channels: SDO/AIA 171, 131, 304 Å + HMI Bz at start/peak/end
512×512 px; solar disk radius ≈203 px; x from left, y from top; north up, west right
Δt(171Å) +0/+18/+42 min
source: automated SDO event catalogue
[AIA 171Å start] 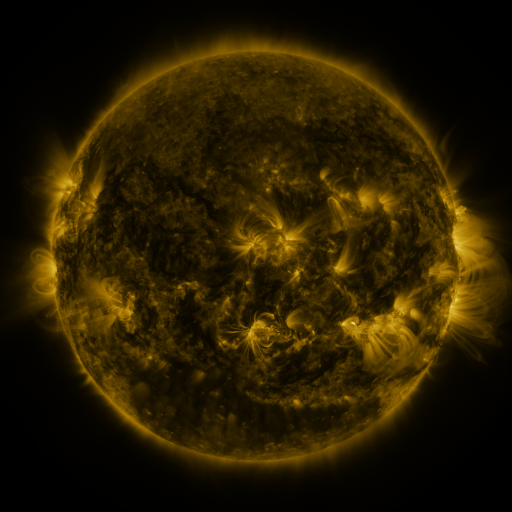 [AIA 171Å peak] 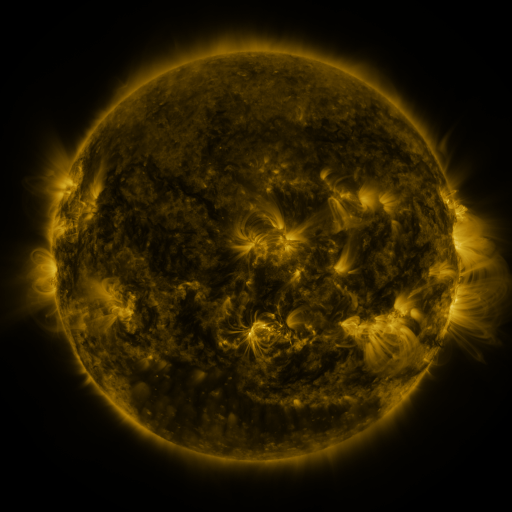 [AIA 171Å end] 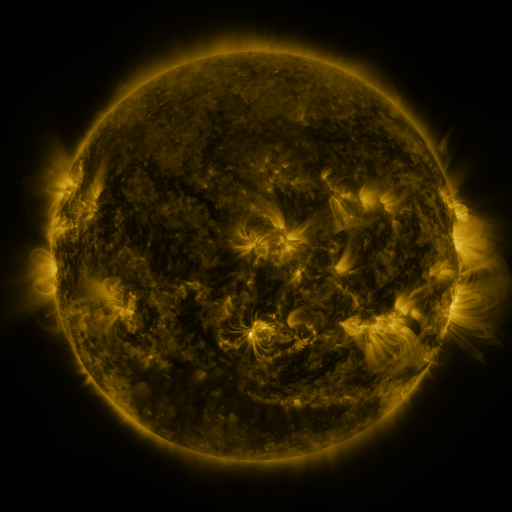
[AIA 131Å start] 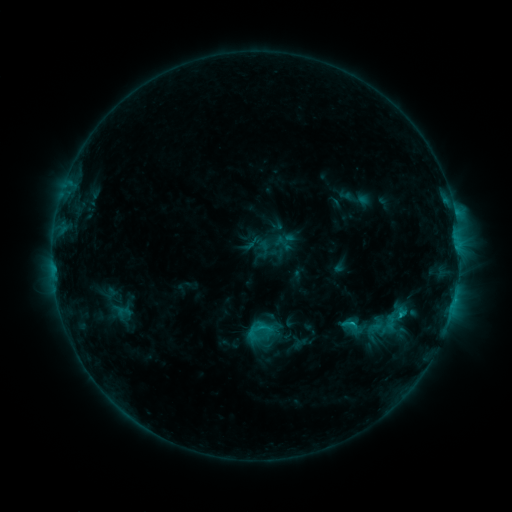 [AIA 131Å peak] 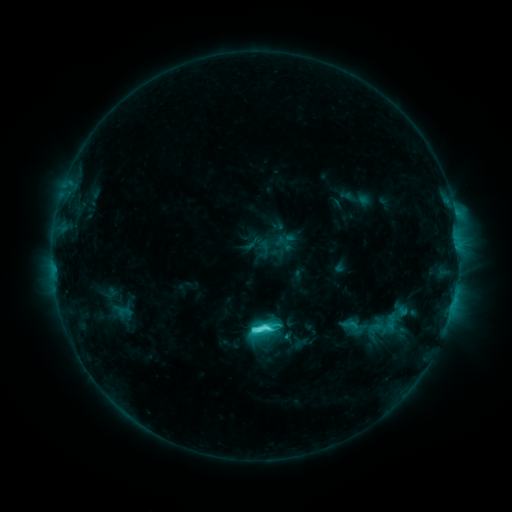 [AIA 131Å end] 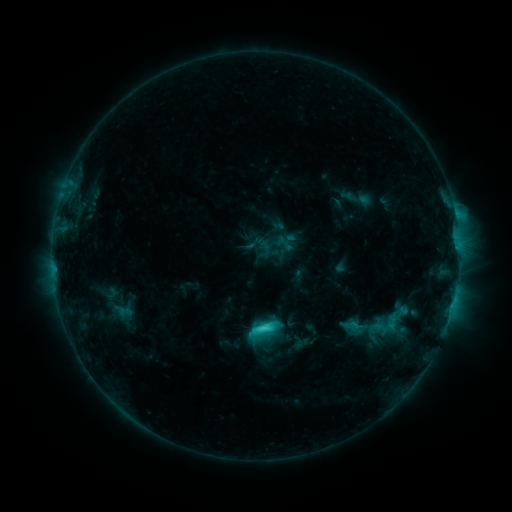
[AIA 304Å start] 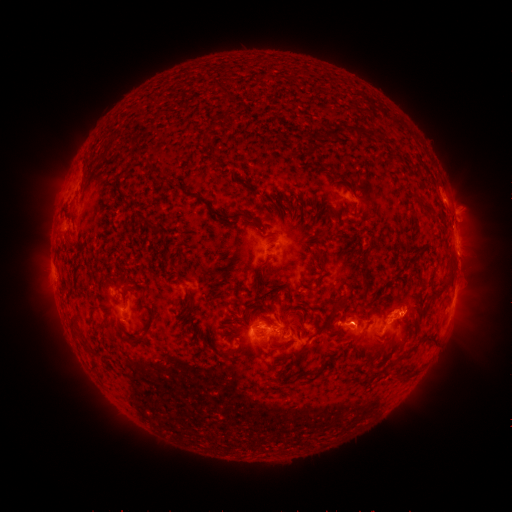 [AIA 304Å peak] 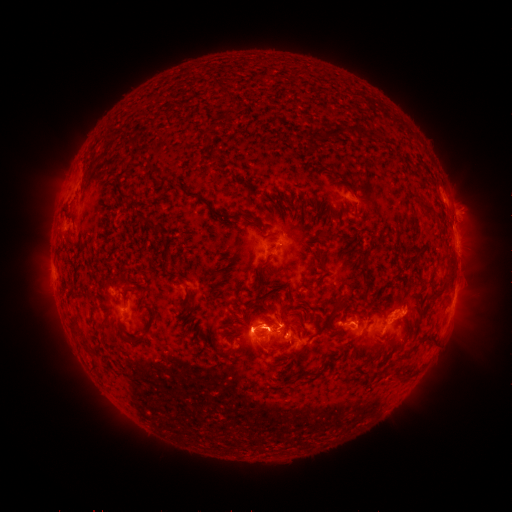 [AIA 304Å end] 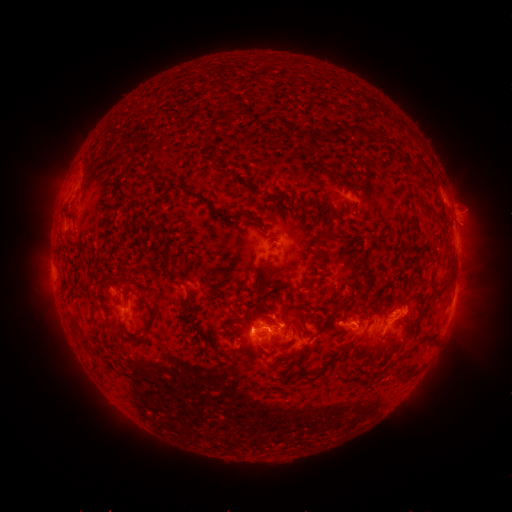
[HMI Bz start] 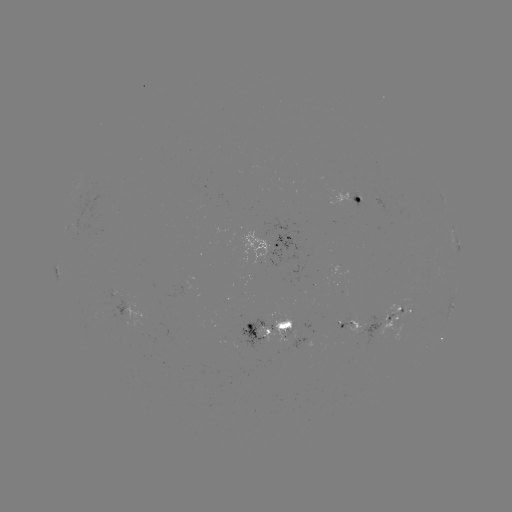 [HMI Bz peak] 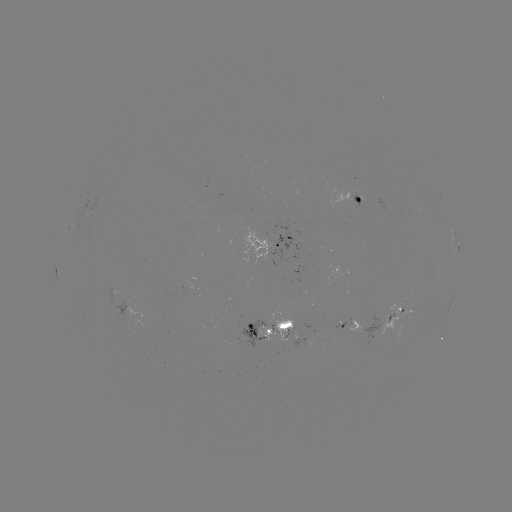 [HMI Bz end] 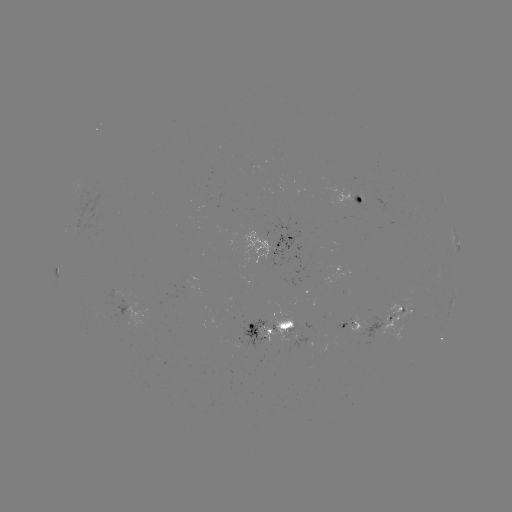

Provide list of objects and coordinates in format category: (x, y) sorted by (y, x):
C6.5 flare: (259, 328)
